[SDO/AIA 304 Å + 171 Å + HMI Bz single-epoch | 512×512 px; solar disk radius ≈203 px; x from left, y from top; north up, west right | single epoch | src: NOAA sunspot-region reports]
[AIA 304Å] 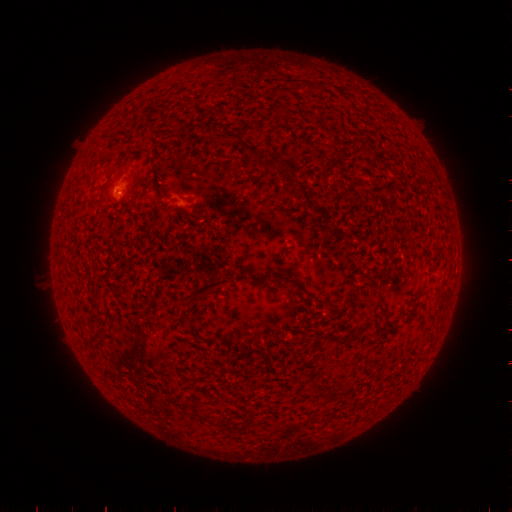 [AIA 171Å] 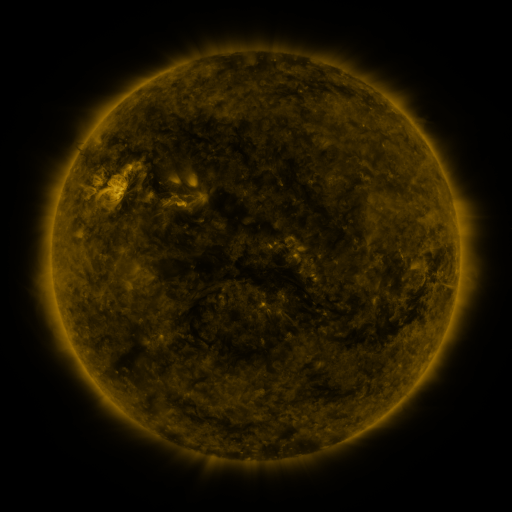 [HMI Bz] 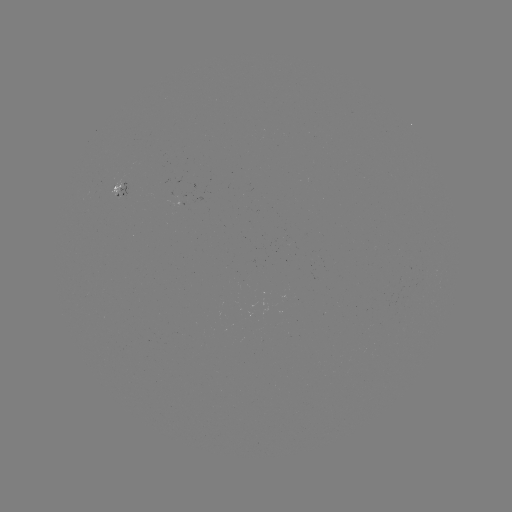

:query spotted active region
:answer [117, 195]